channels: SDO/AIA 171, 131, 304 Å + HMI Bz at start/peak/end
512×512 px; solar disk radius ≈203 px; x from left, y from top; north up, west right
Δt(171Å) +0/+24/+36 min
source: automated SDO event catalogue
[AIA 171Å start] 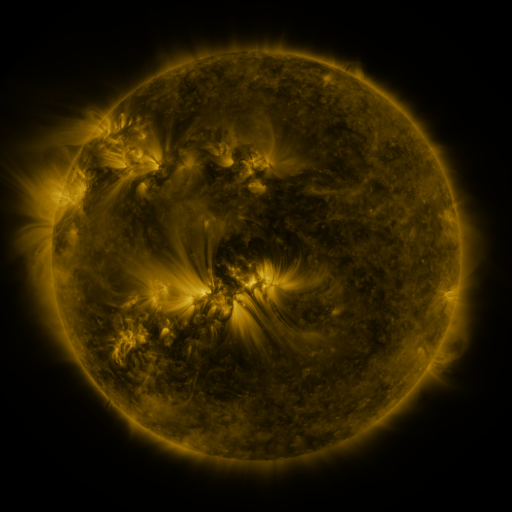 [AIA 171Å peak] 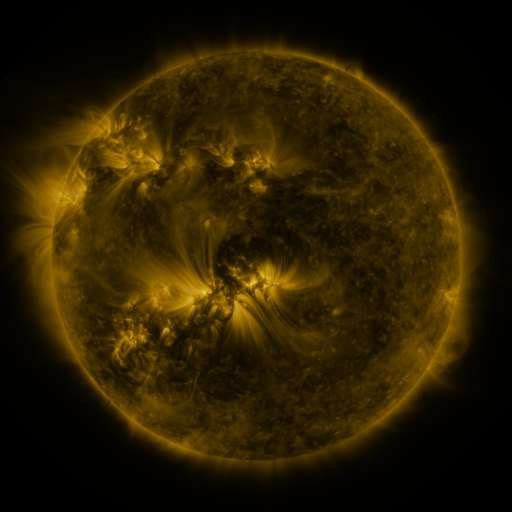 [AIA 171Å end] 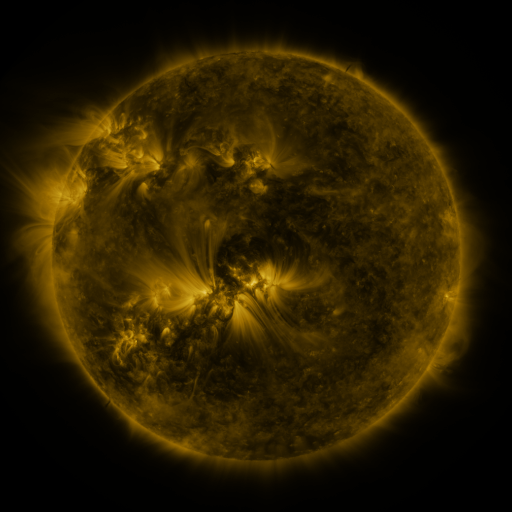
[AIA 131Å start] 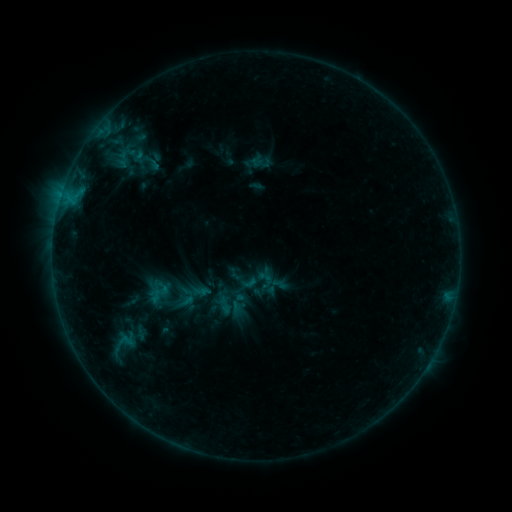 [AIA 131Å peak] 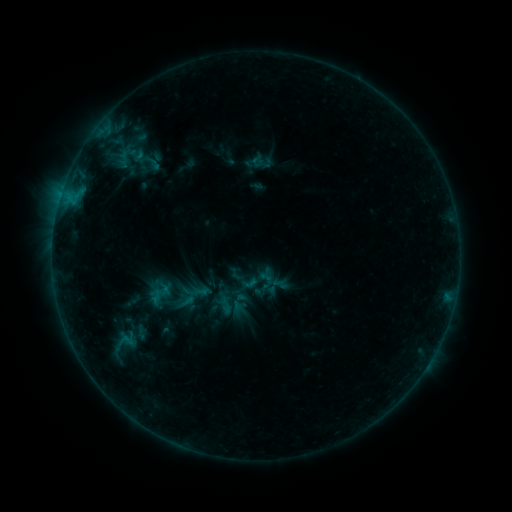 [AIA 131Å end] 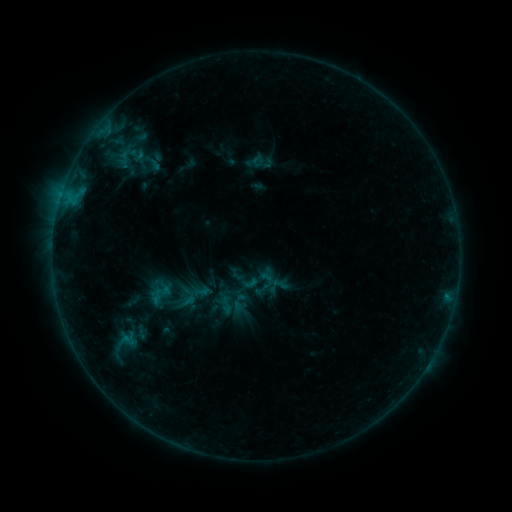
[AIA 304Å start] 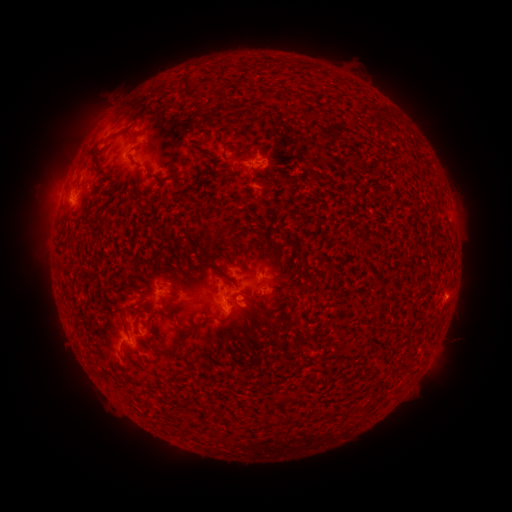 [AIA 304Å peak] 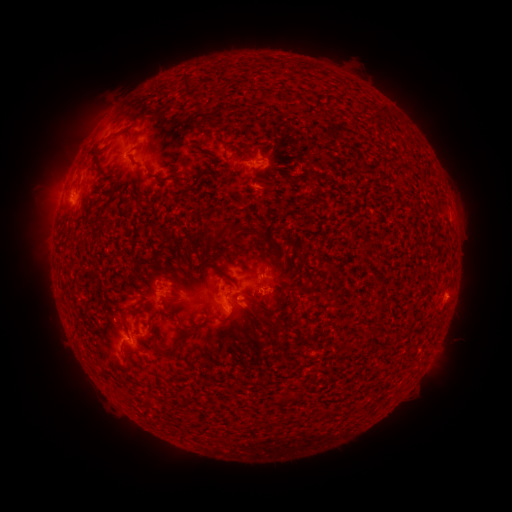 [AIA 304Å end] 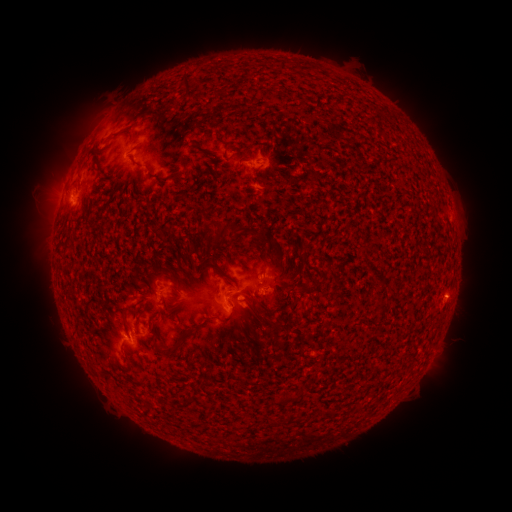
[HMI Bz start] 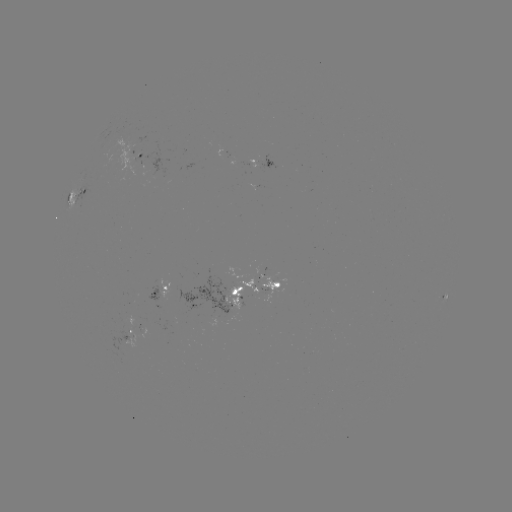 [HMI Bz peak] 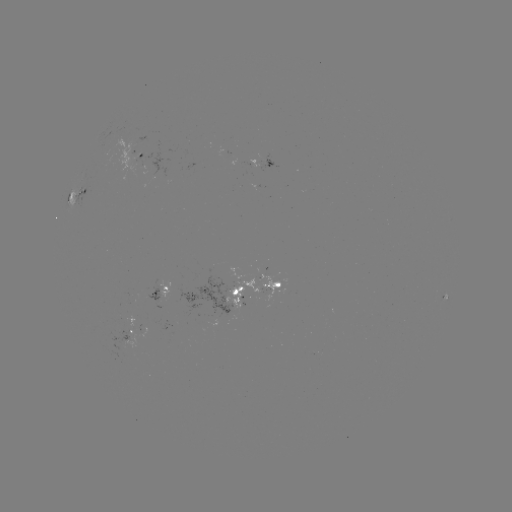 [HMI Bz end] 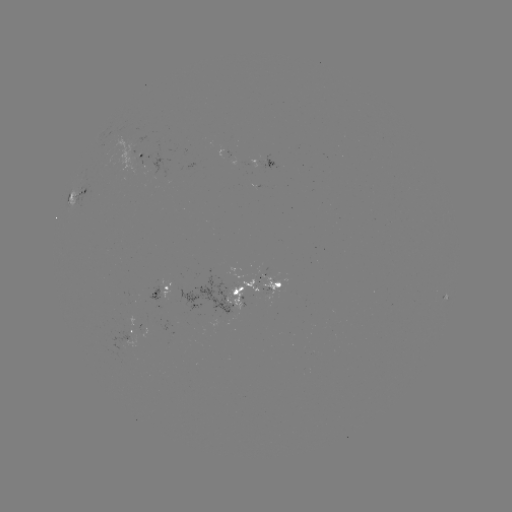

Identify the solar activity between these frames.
emerging-flux region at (219, 297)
